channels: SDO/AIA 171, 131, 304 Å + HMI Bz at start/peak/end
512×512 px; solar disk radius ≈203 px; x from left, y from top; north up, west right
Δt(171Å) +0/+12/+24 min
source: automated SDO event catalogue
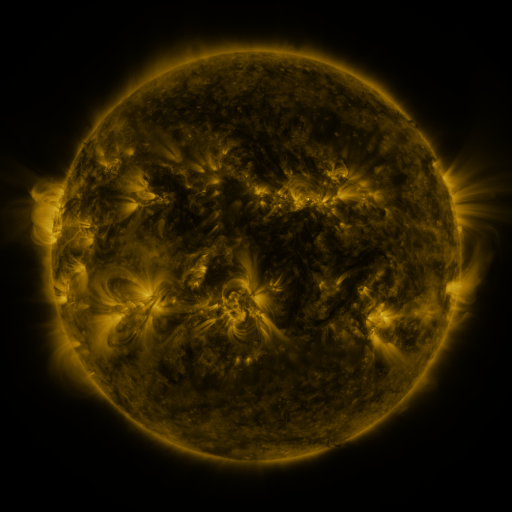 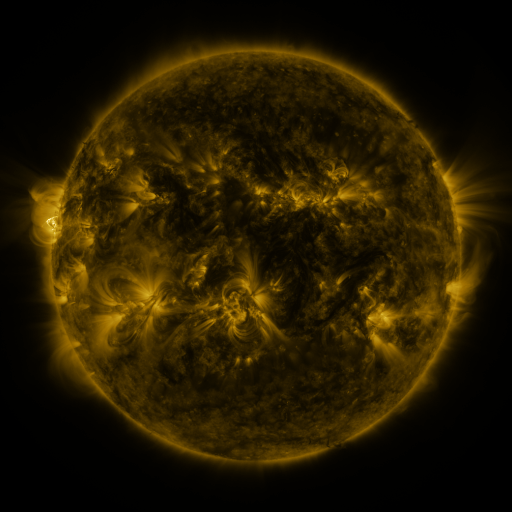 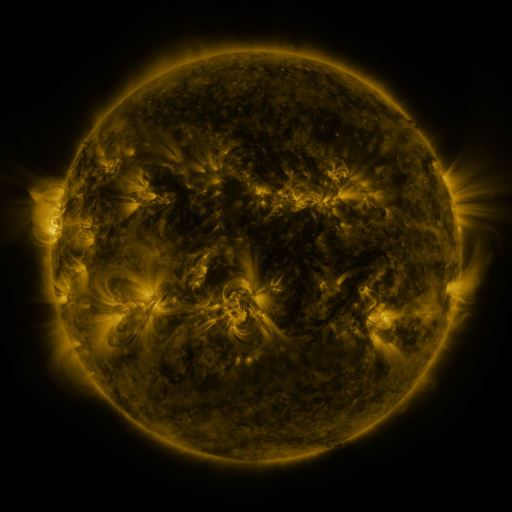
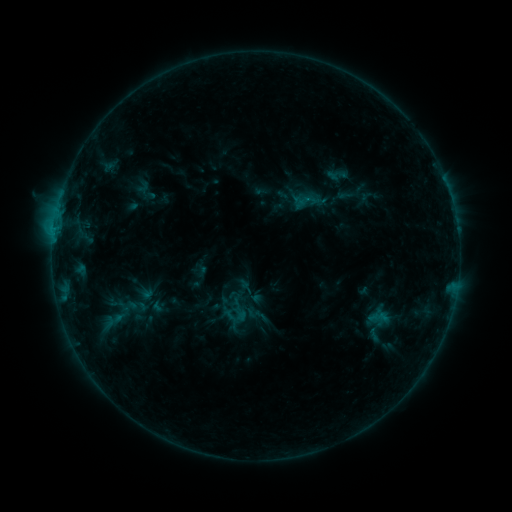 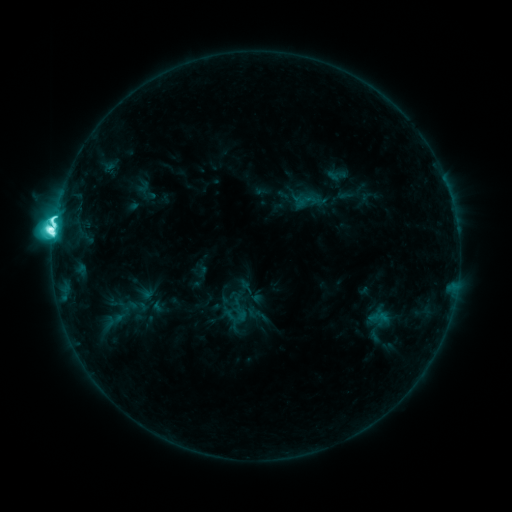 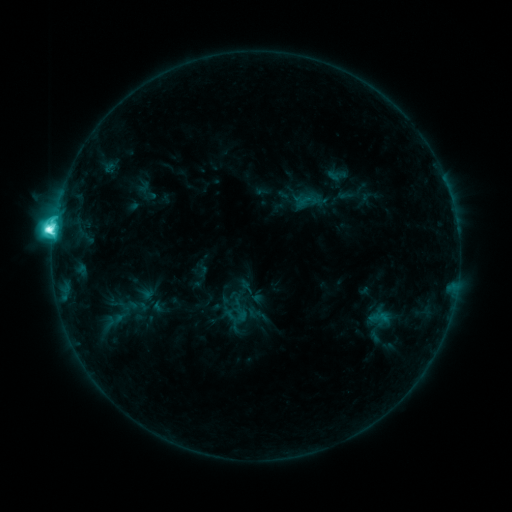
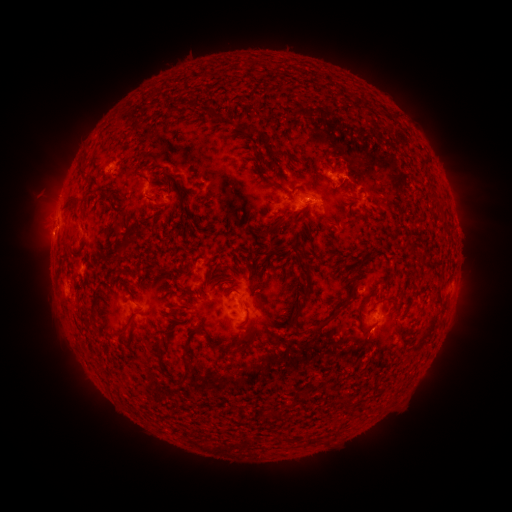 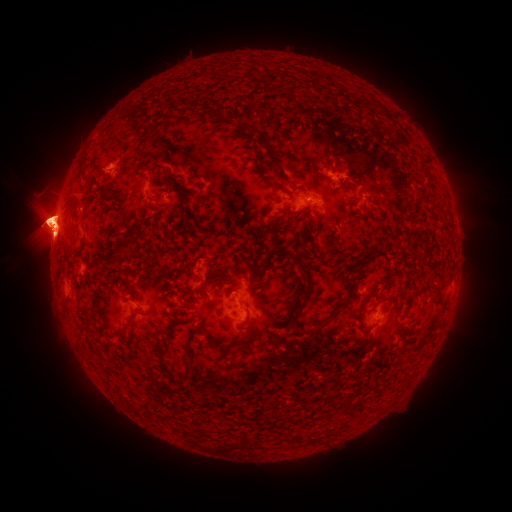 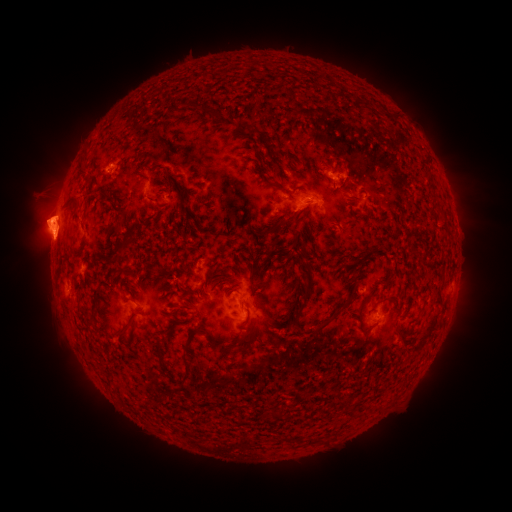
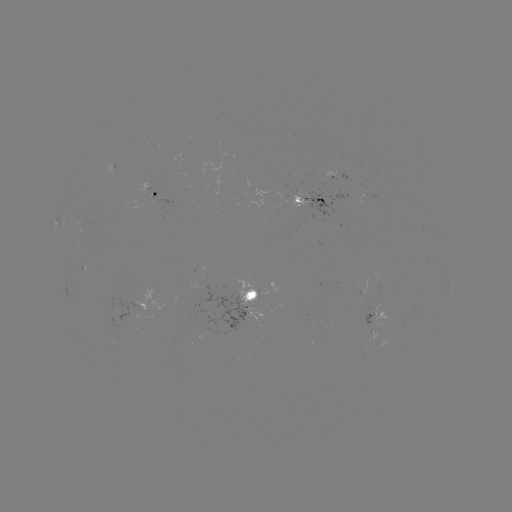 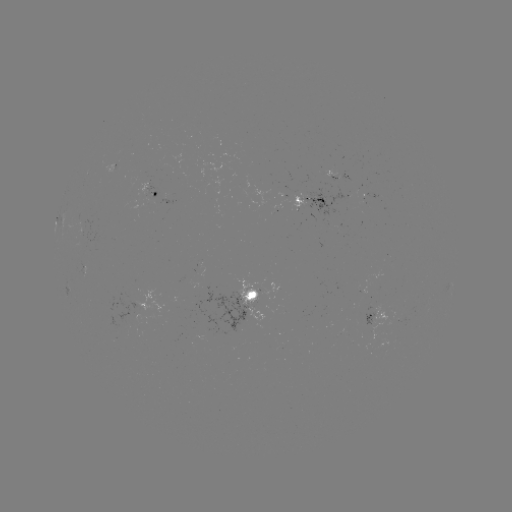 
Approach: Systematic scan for eruption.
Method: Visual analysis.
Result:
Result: eruption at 45,225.